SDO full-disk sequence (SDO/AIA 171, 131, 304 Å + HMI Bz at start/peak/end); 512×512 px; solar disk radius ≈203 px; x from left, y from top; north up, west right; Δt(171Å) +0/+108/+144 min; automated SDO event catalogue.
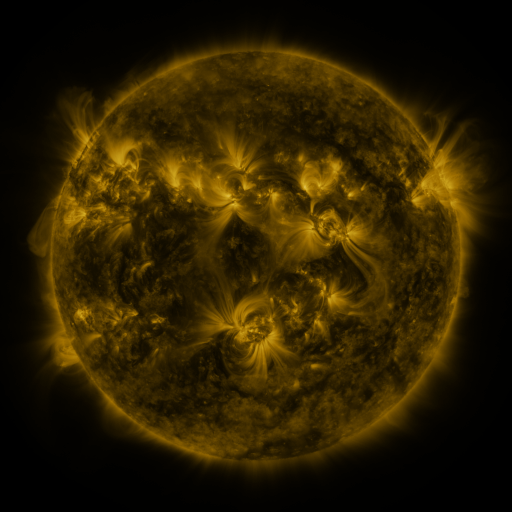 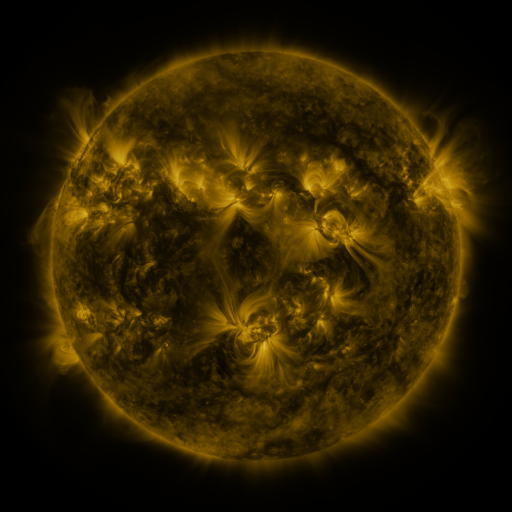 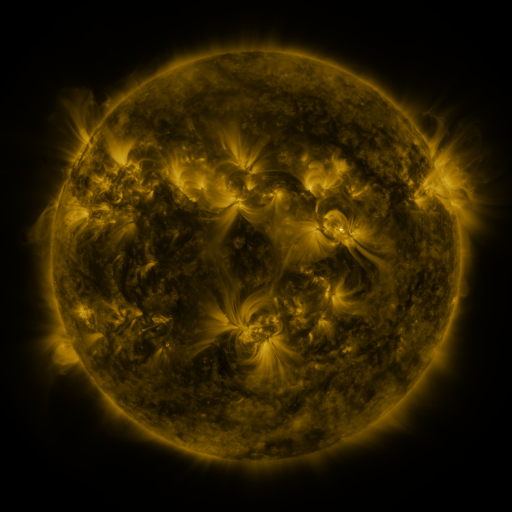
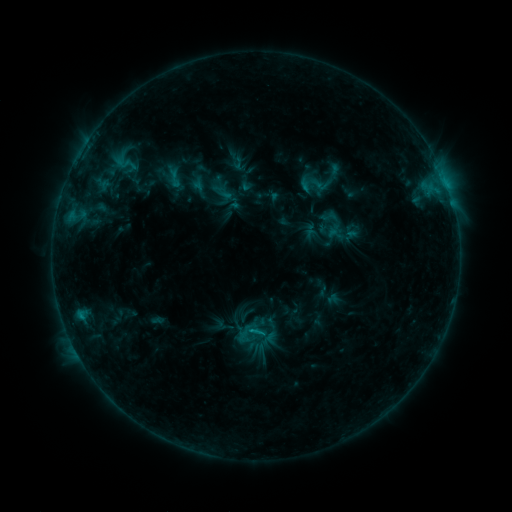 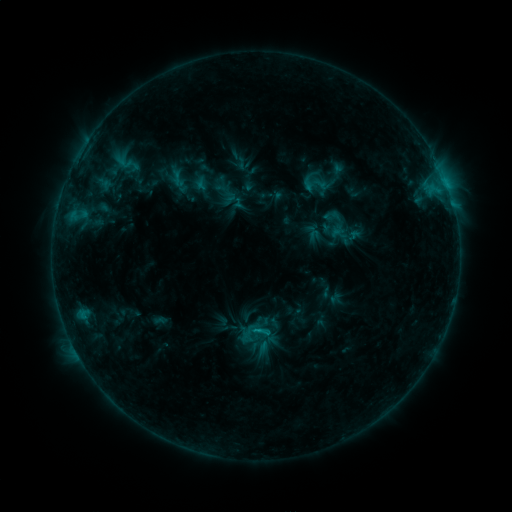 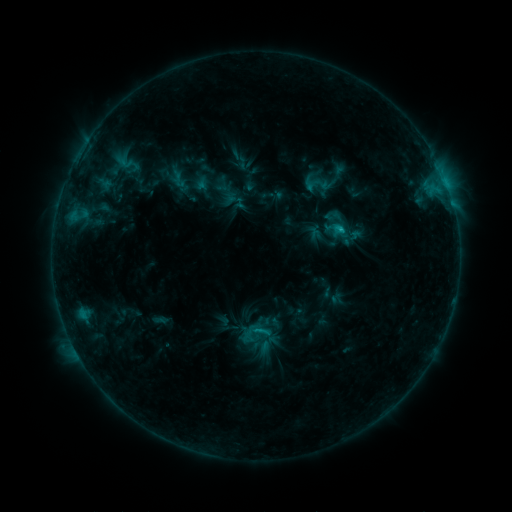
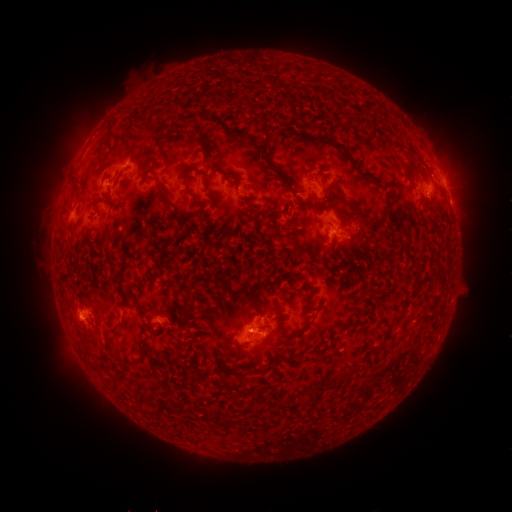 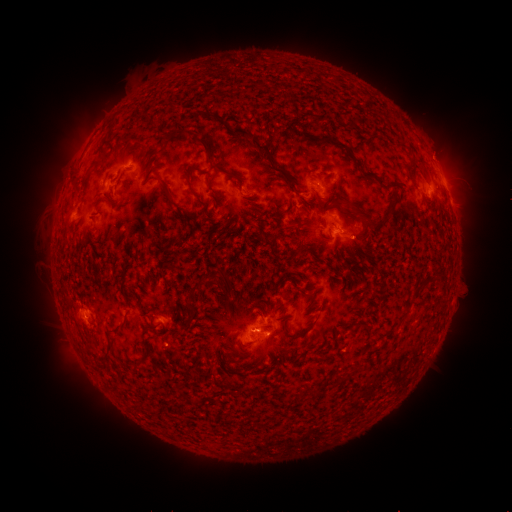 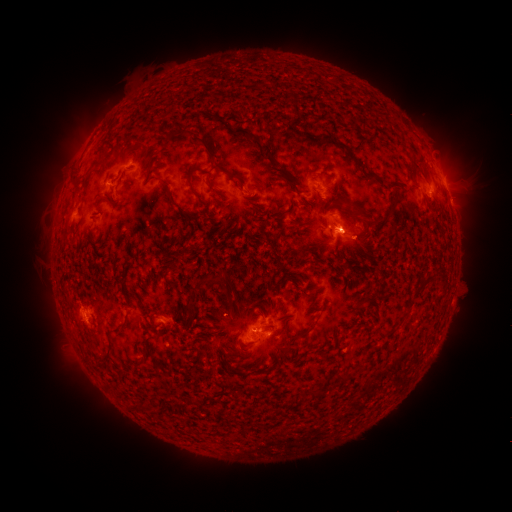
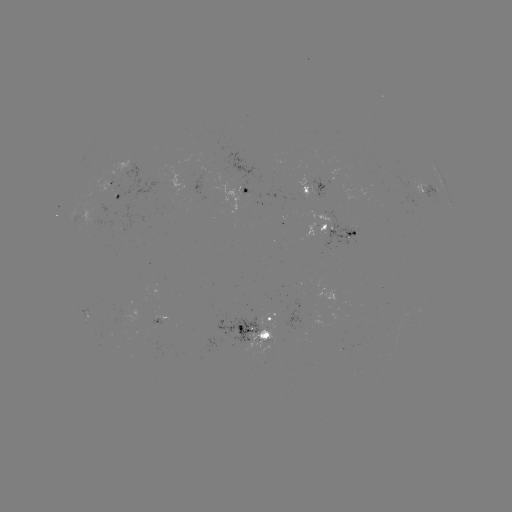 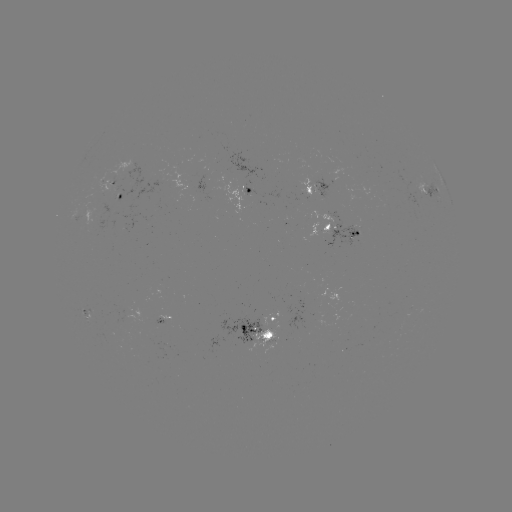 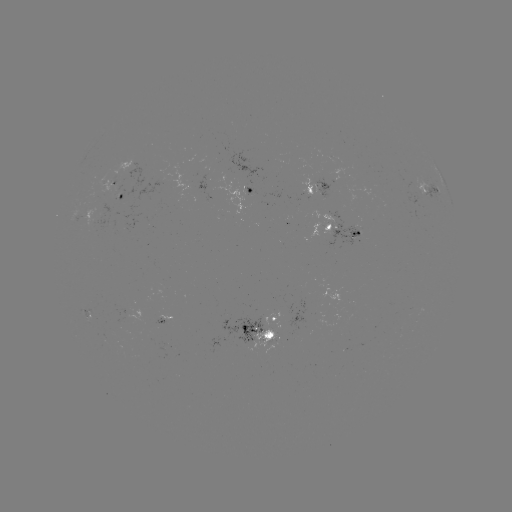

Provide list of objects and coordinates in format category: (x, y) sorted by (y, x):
emerging-flux region: (90, 219)
